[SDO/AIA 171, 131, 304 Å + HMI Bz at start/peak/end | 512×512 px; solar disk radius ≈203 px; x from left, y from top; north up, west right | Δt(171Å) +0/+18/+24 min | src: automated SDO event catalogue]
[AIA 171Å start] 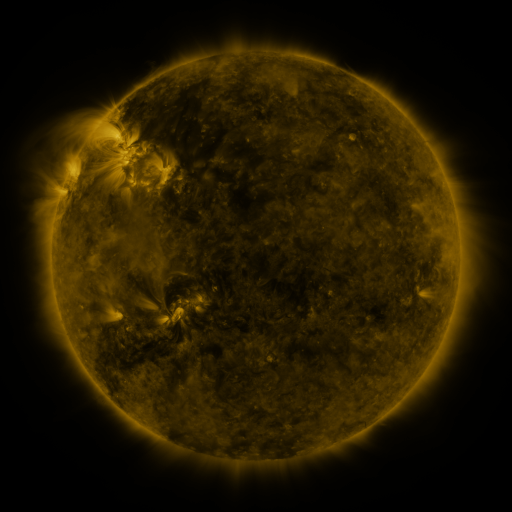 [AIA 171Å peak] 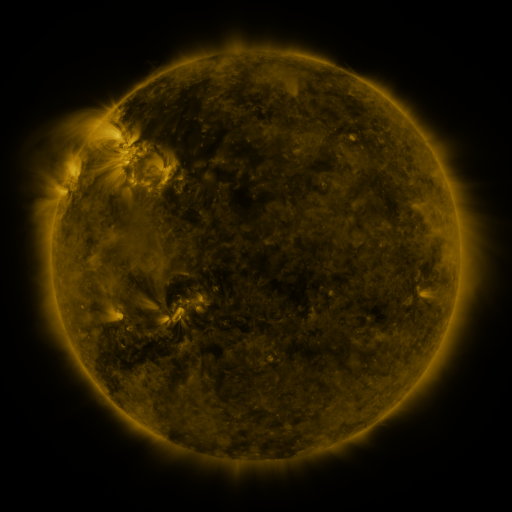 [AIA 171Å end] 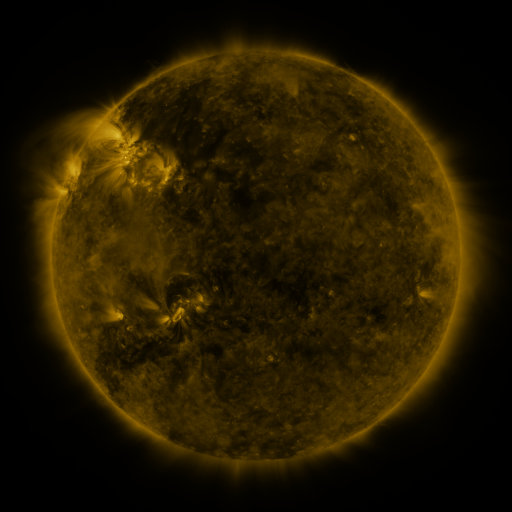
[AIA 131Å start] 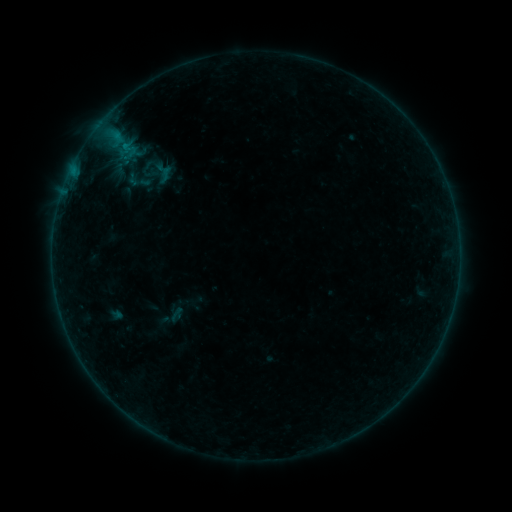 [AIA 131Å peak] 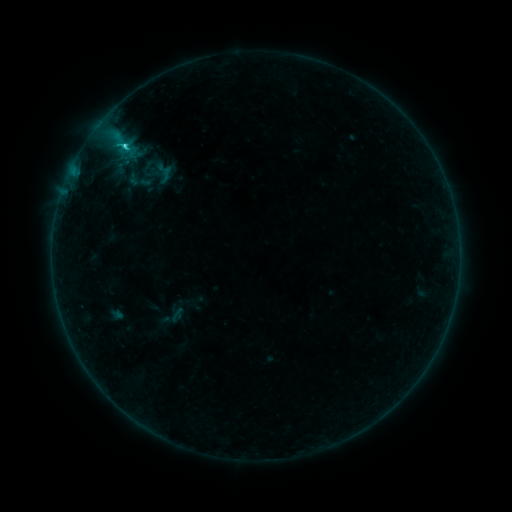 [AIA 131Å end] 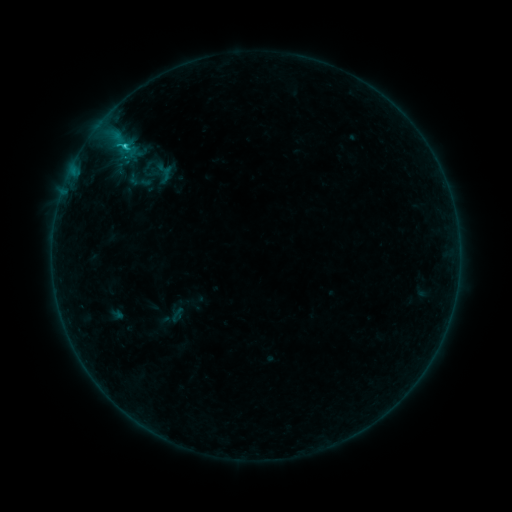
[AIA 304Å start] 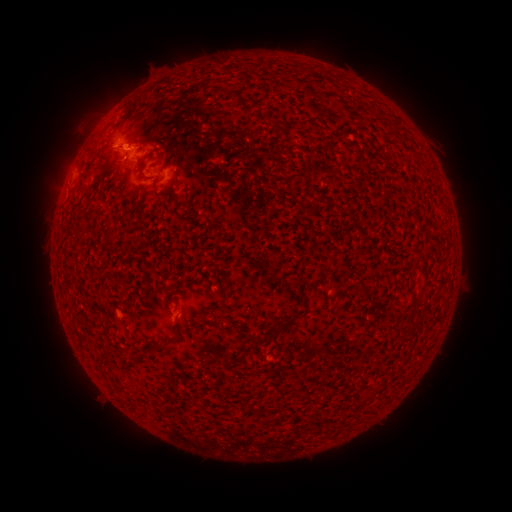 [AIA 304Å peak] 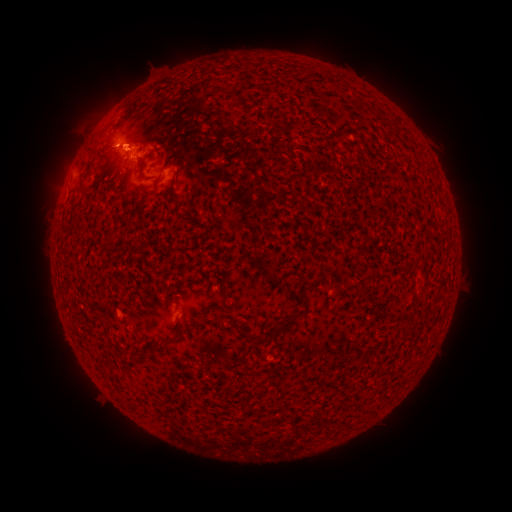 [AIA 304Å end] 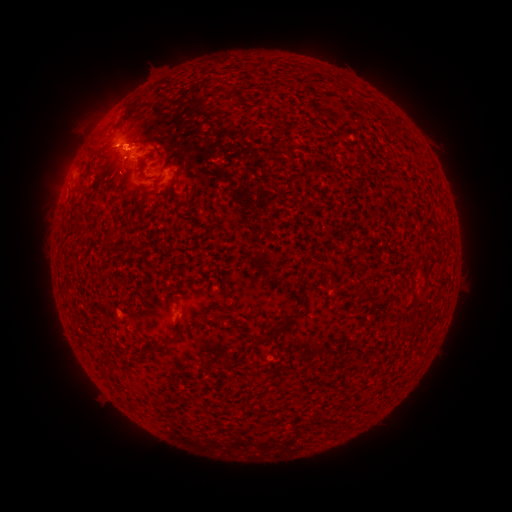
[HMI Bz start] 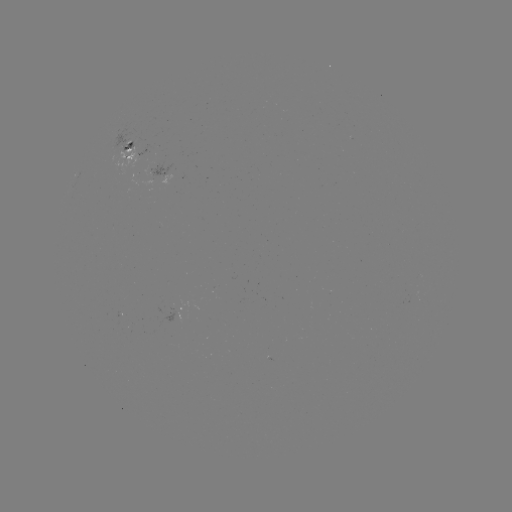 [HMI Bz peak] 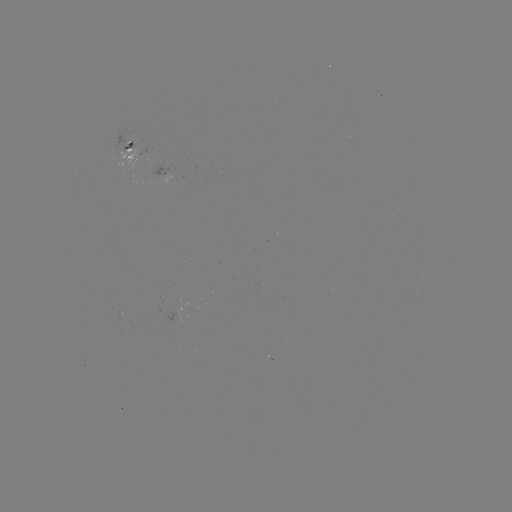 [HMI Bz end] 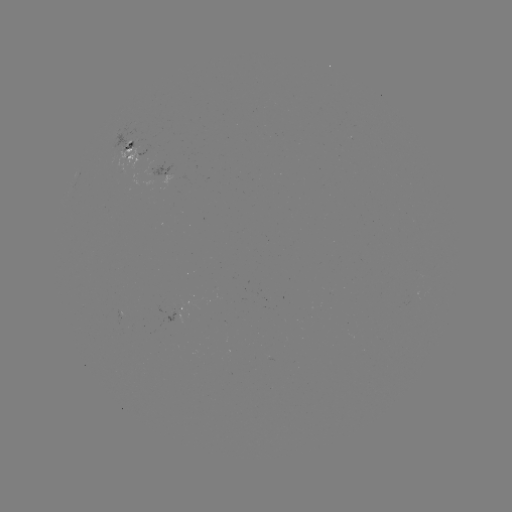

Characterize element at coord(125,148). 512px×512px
C1.5 flare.